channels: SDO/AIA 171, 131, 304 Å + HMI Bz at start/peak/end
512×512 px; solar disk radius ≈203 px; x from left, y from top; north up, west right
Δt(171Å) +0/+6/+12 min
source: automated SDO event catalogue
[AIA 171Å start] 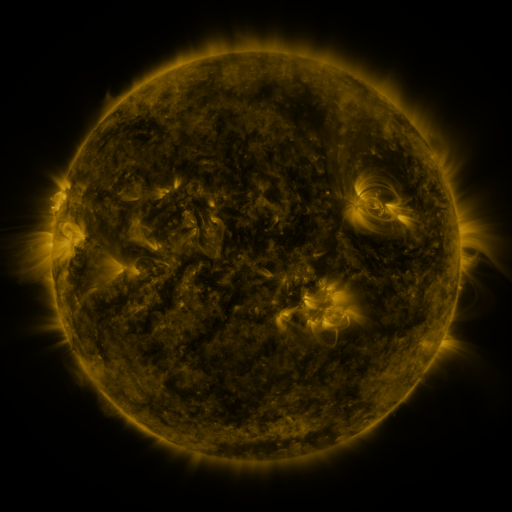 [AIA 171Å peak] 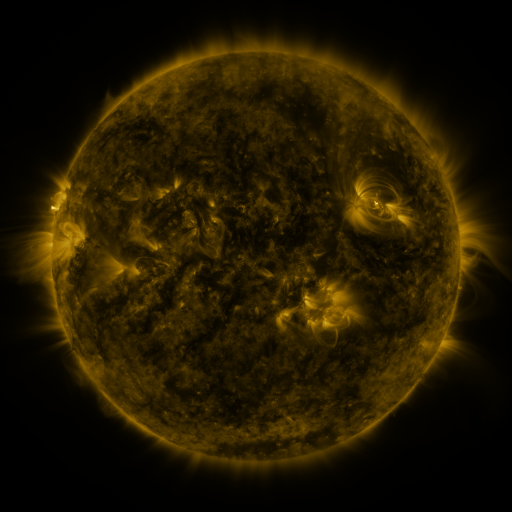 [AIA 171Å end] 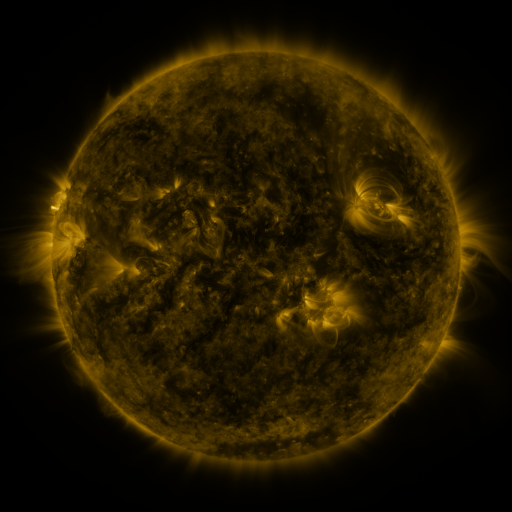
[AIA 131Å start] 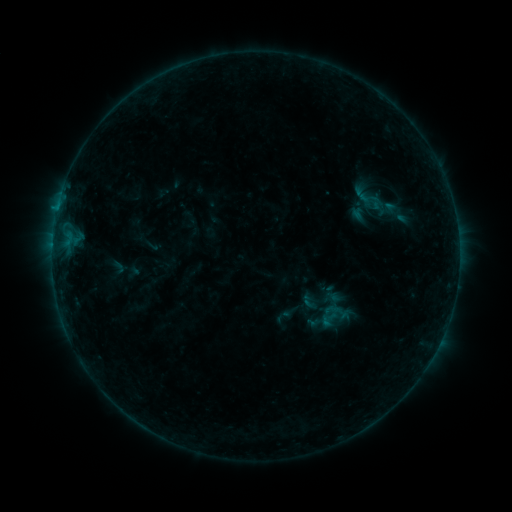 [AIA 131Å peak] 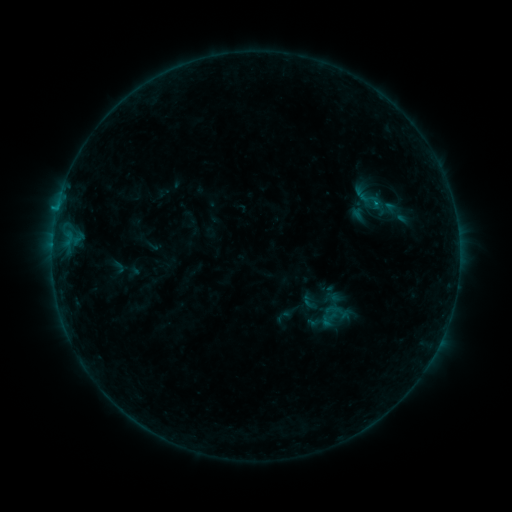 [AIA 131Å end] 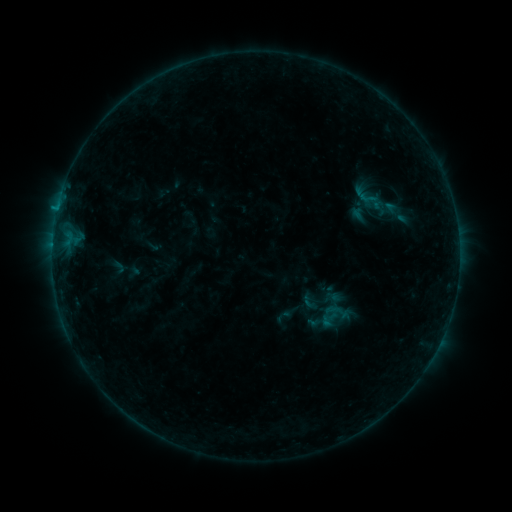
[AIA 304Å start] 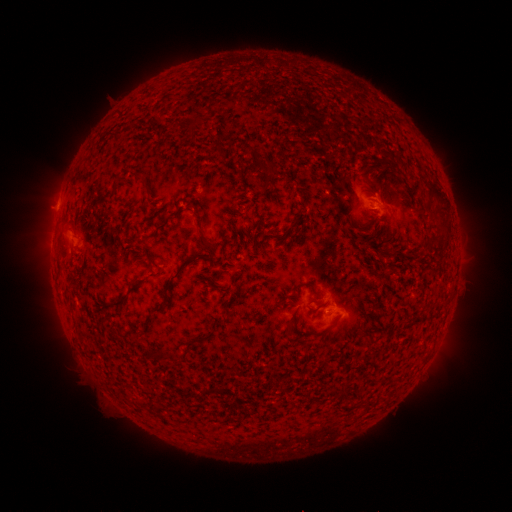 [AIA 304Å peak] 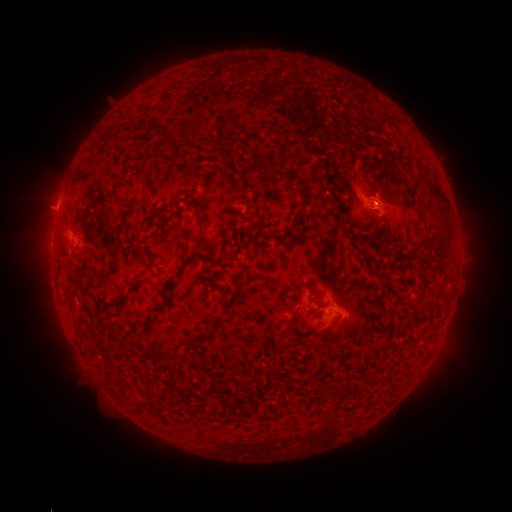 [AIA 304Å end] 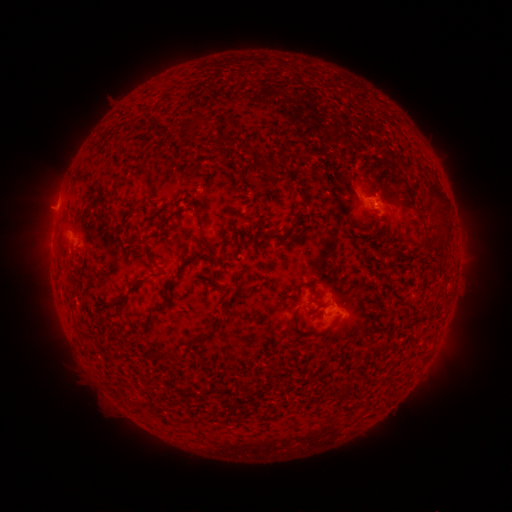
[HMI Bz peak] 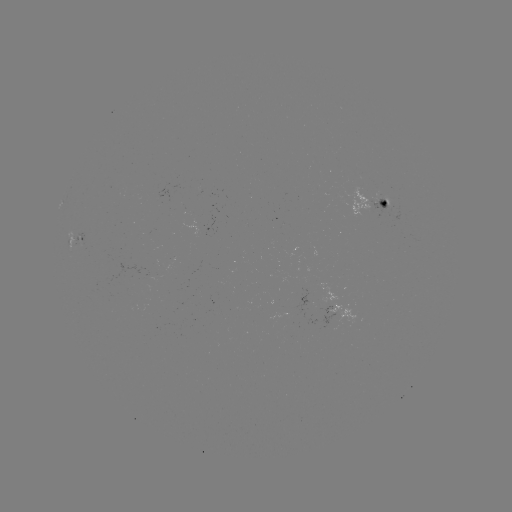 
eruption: <bbox>350, 173, 400, 223</bbox>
